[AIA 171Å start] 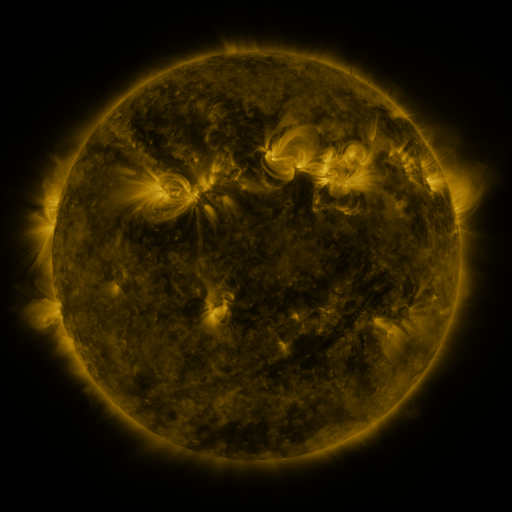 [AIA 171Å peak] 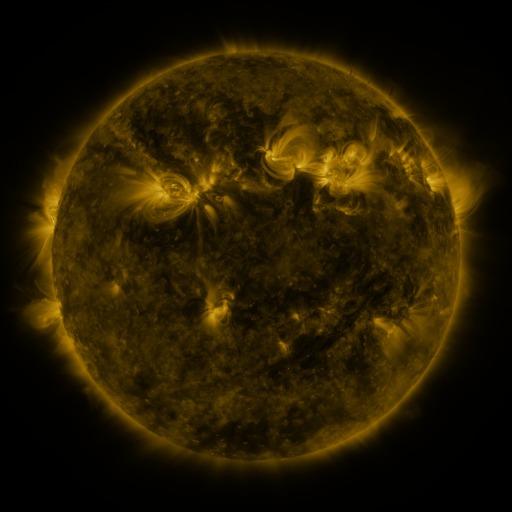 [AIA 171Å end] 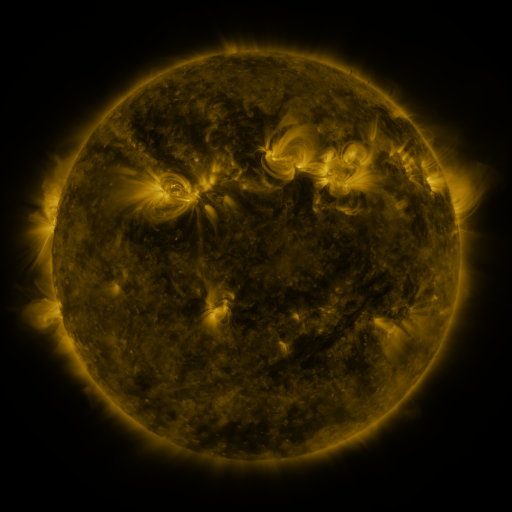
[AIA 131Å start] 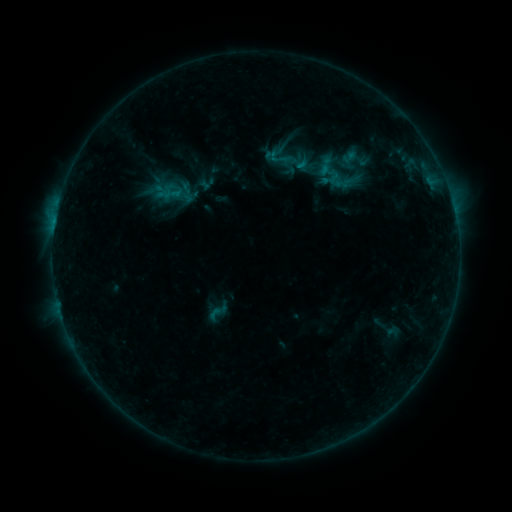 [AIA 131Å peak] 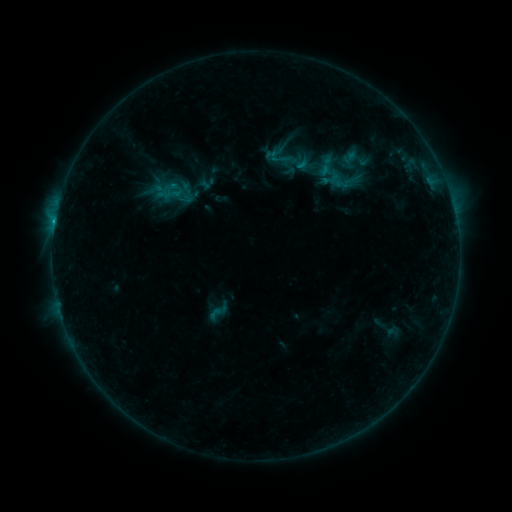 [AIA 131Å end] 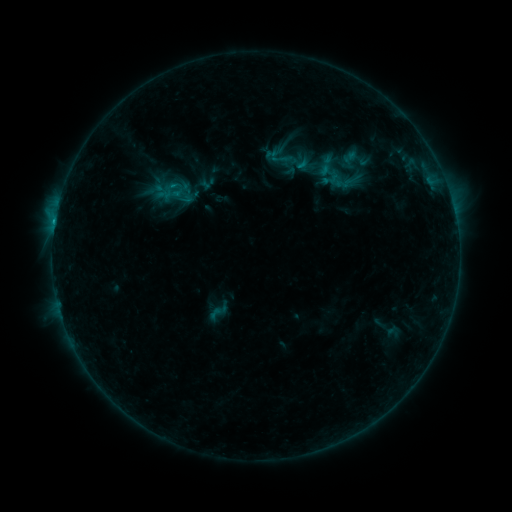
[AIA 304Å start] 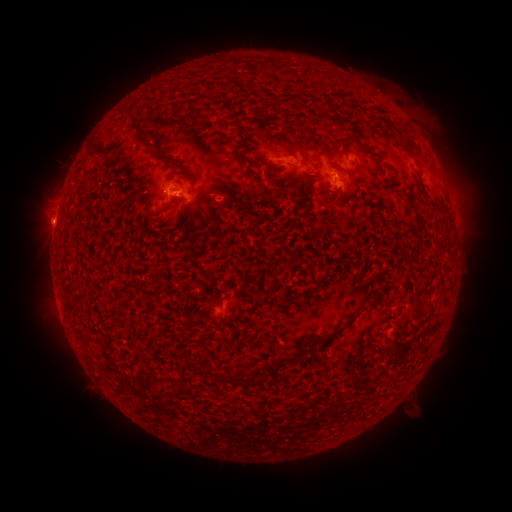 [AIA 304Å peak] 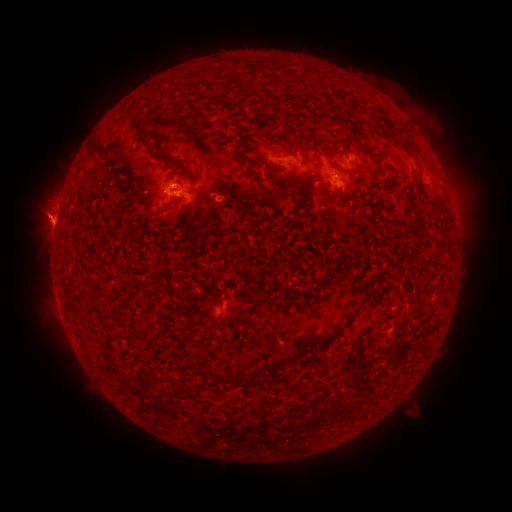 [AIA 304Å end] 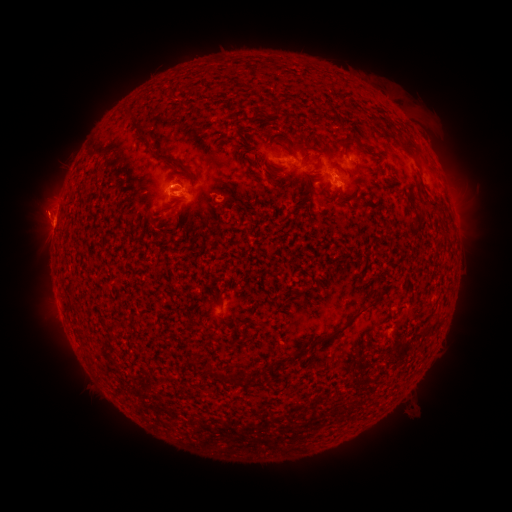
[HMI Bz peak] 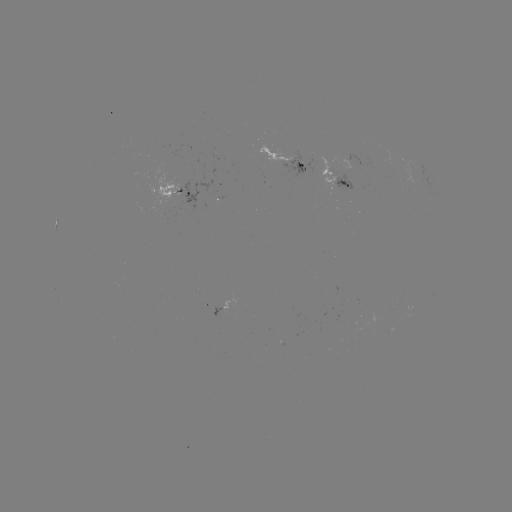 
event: eruption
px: (38, 216)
